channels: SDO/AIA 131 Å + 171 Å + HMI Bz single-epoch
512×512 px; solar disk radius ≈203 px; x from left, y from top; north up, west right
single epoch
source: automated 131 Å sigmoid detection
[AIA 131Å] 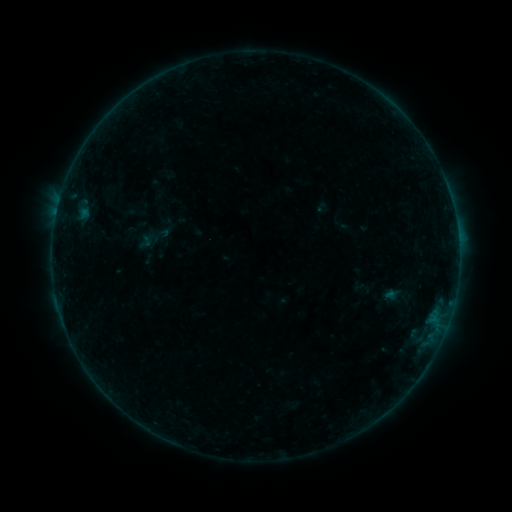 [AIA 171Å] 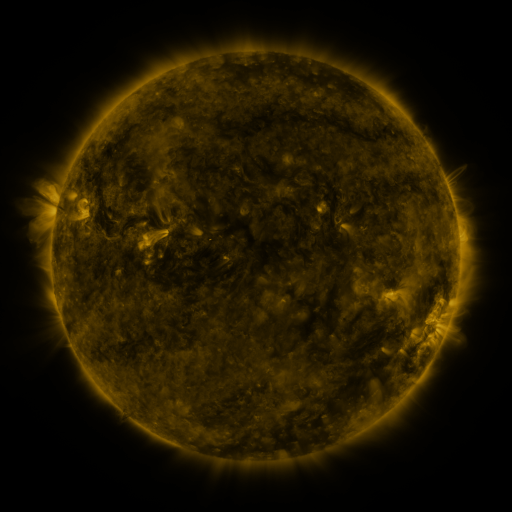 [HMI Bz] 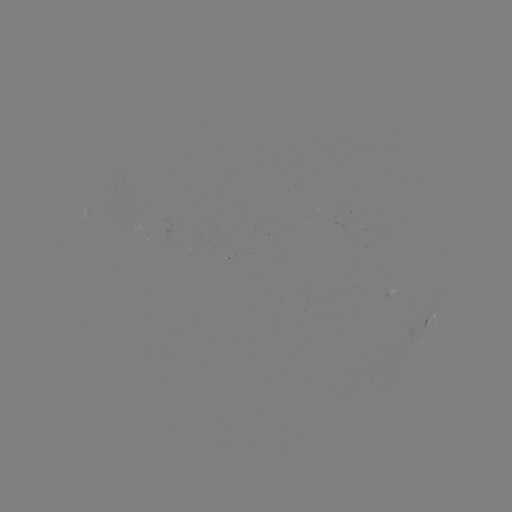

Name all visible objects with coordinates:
sigmoid: (145, 242)
